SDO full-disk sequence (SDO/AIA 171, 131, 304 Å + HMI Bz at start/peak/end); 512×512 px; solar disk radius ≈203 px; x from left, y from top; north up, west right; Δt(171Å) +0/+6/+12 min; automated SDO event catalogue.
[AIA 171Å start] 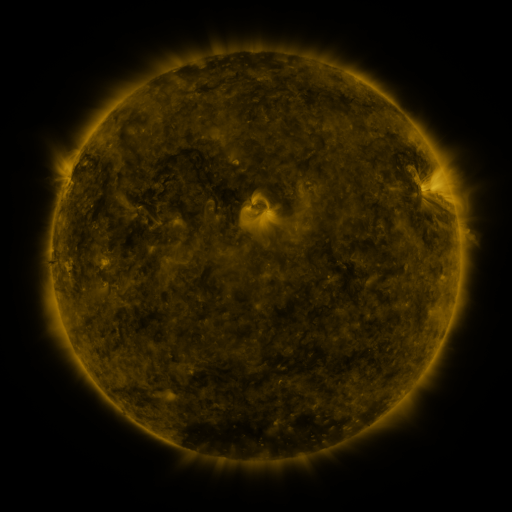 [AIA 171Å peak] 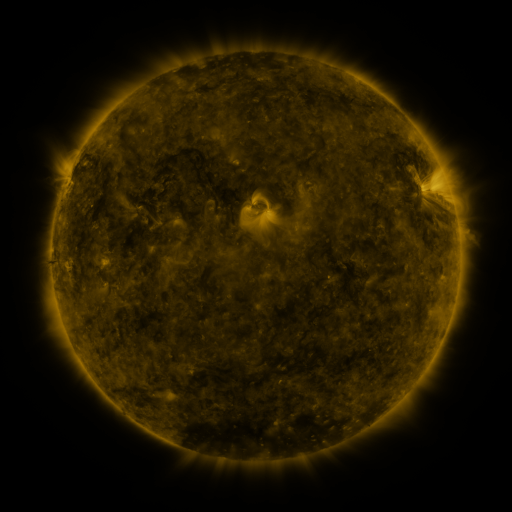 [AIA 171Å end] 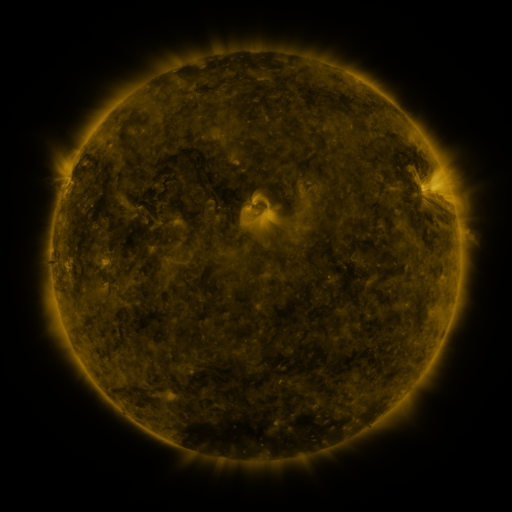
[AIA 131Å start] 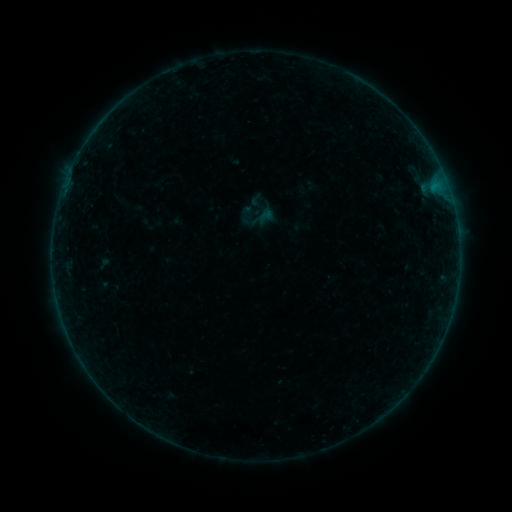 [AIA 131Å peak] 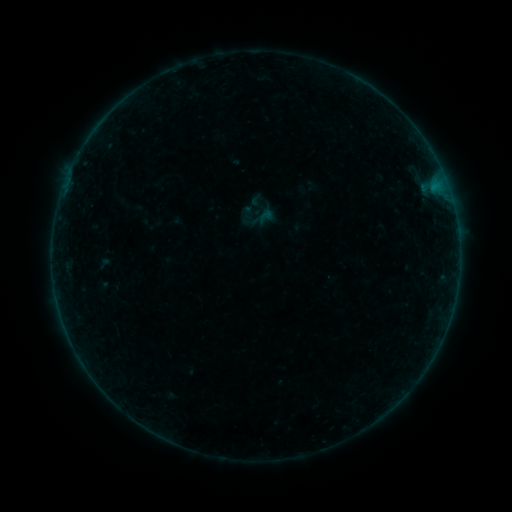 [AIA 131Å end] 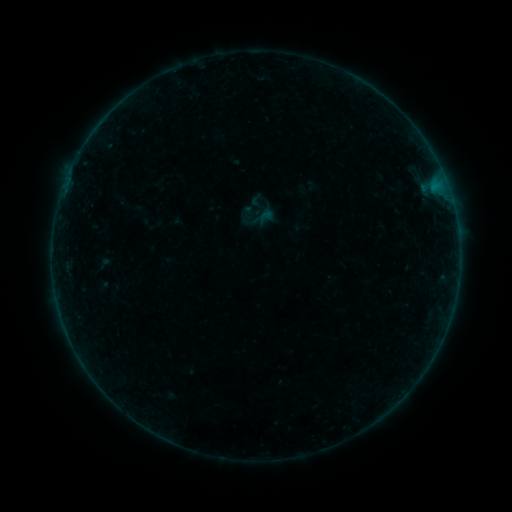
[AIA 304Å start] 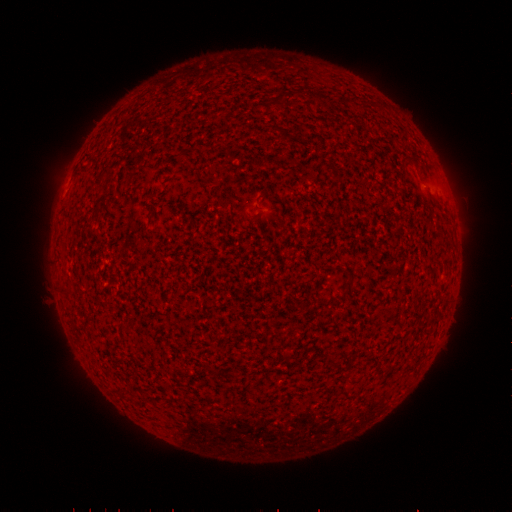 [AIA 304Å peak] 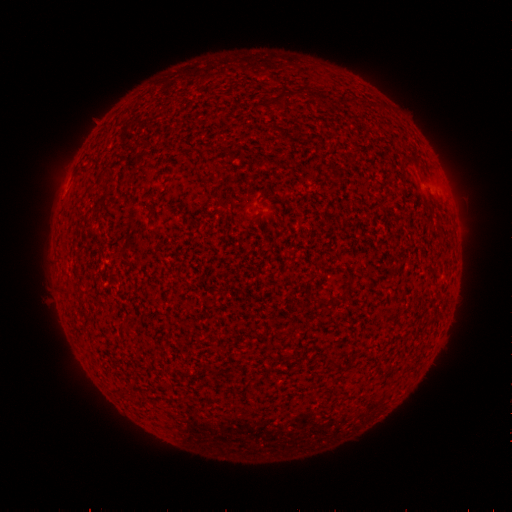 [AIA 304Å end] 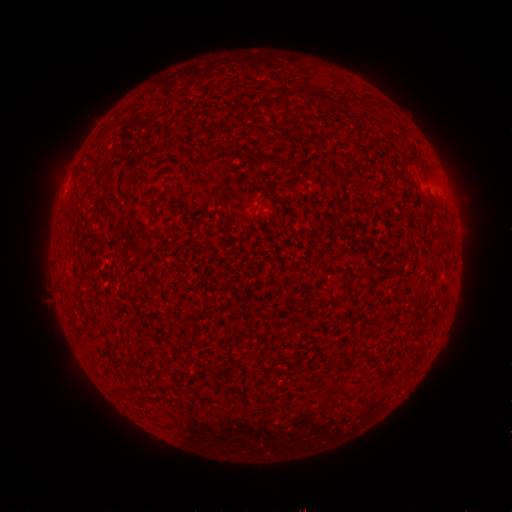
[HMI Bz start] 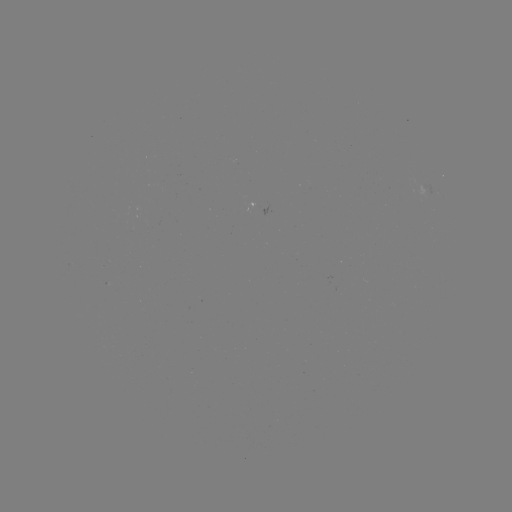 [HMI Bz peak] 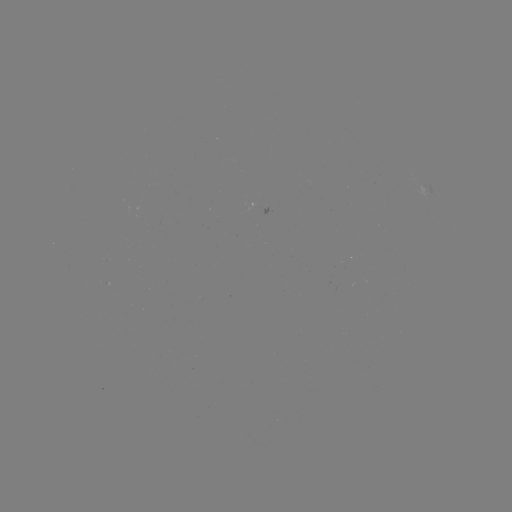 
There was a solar flare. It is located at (457, 230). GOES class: B1.8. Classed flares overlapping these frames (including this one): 1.